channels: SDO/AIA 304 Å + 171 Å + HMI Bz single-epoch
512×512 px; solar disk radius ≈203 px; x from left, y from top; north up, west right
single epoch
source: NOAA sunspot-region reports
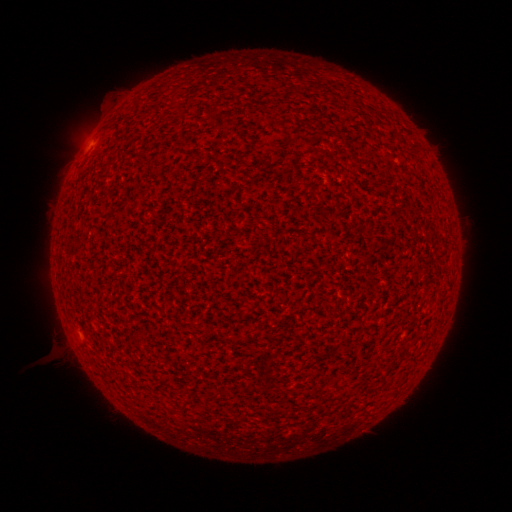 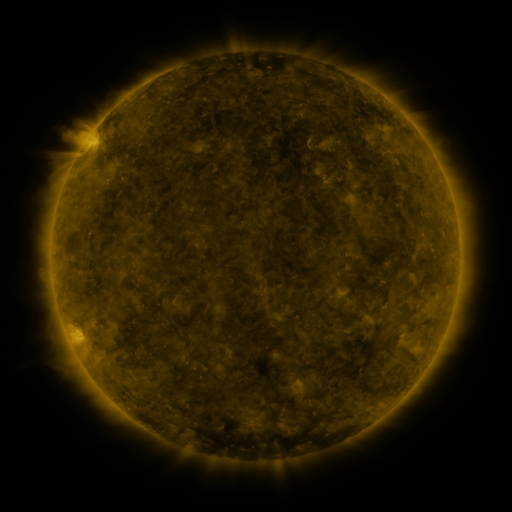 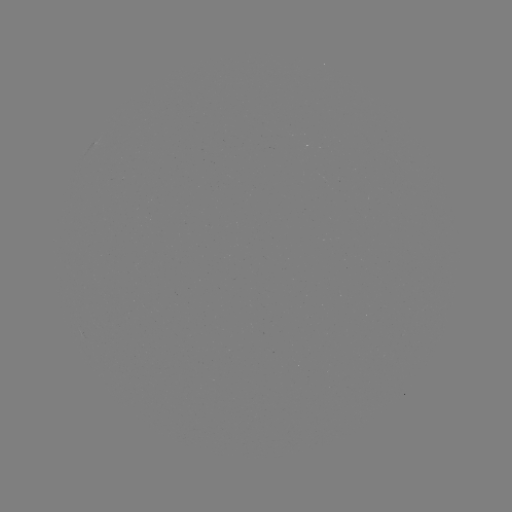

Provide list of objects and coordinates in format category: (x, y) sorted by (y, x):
(none)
